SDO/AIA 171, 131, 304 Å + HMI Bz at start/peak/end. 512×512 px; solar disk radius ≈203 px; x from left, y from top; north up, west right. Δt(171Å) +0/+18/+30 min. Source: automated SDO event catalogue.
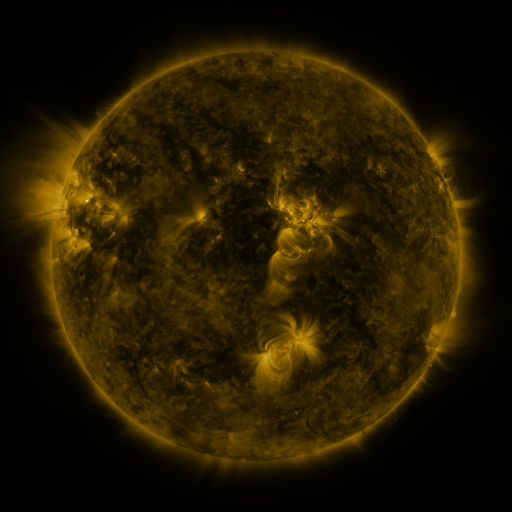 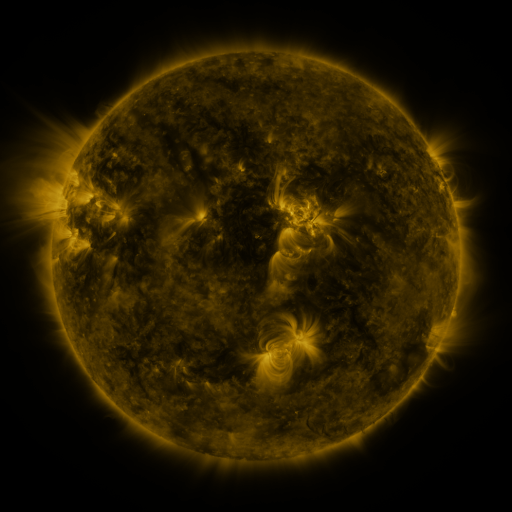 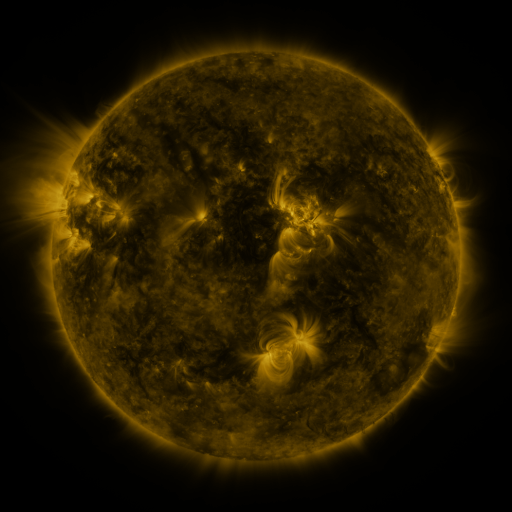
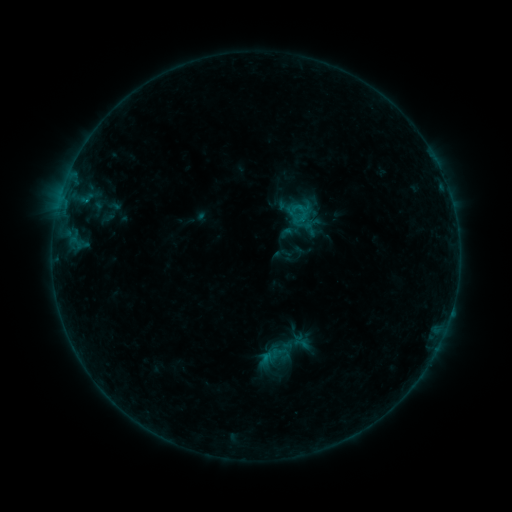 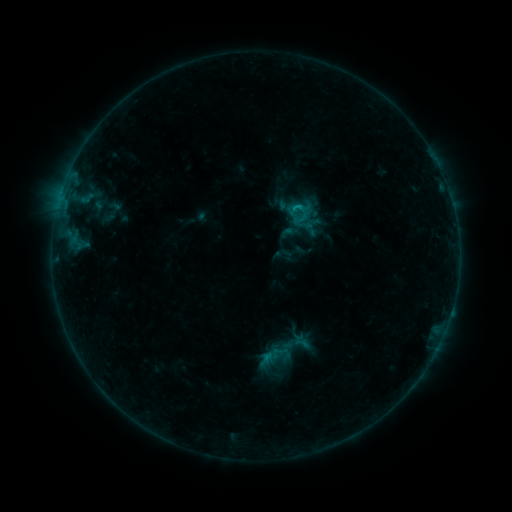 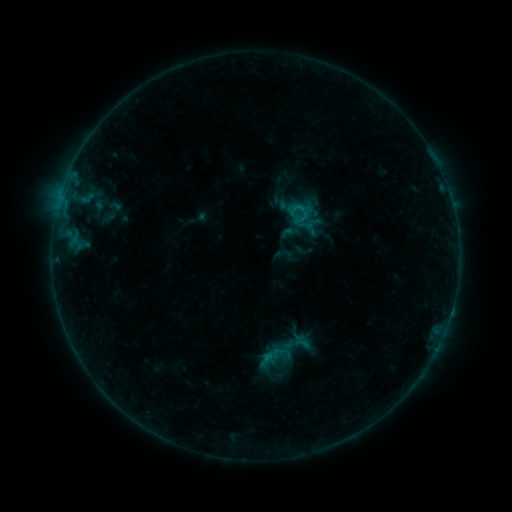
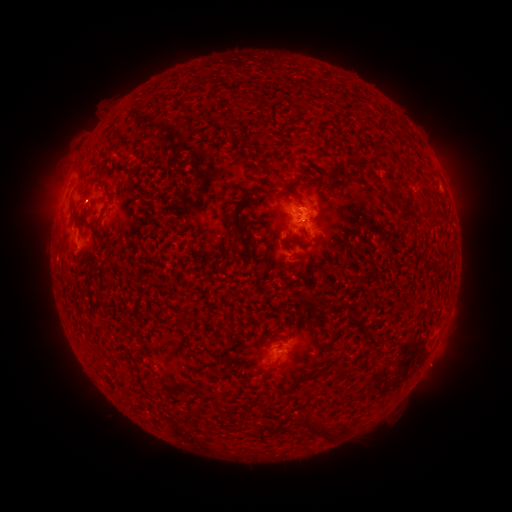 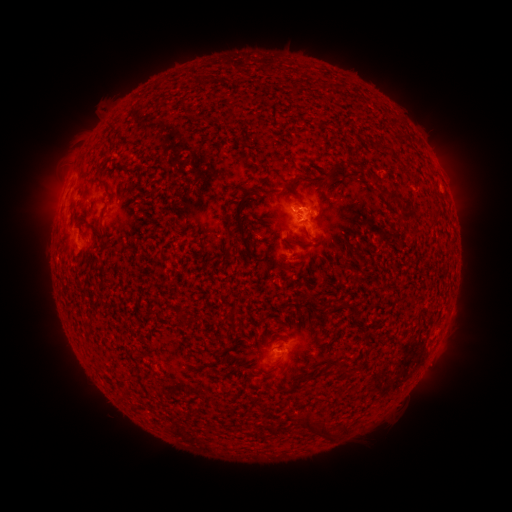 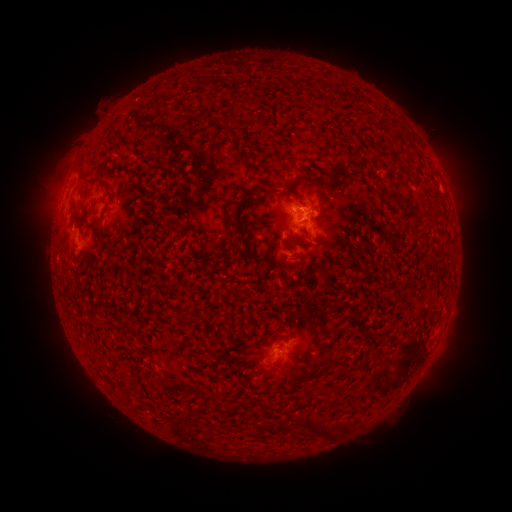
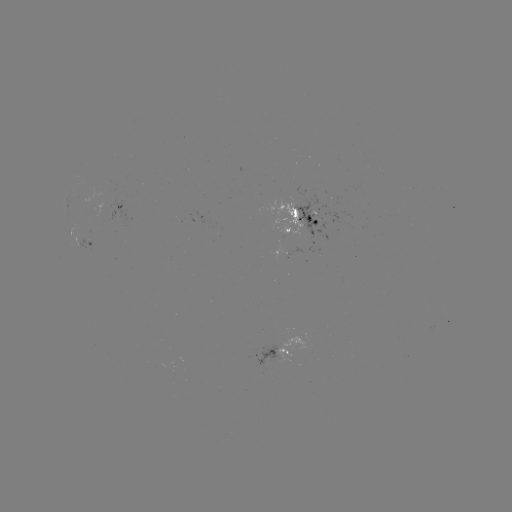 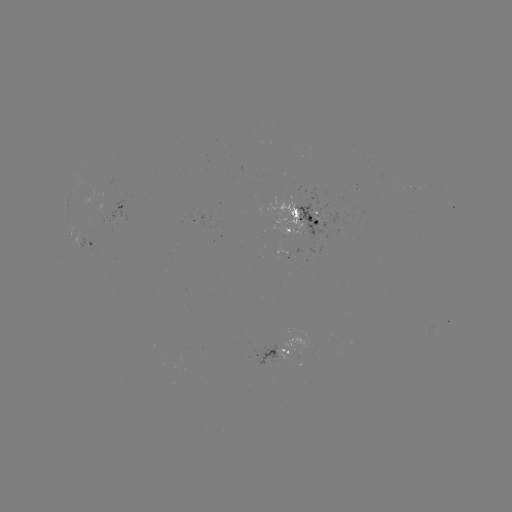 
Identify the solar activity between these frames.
B5.4 flare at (299, 209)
